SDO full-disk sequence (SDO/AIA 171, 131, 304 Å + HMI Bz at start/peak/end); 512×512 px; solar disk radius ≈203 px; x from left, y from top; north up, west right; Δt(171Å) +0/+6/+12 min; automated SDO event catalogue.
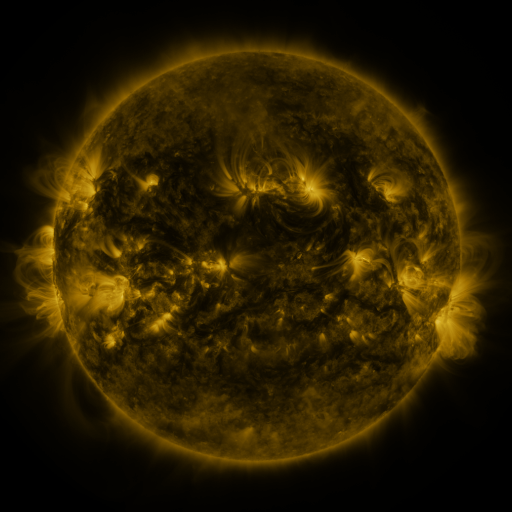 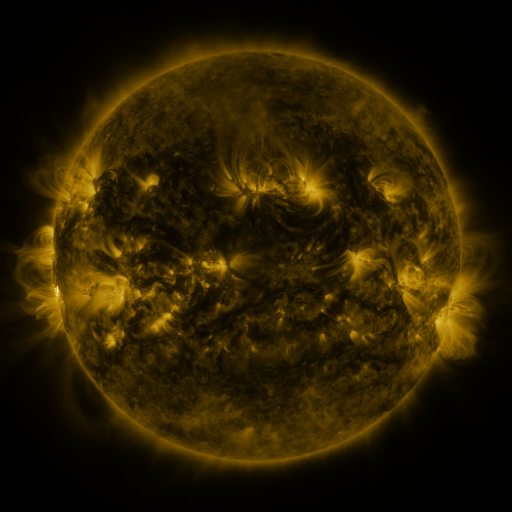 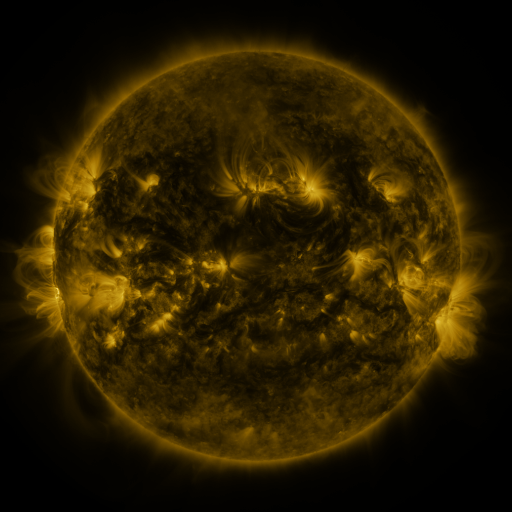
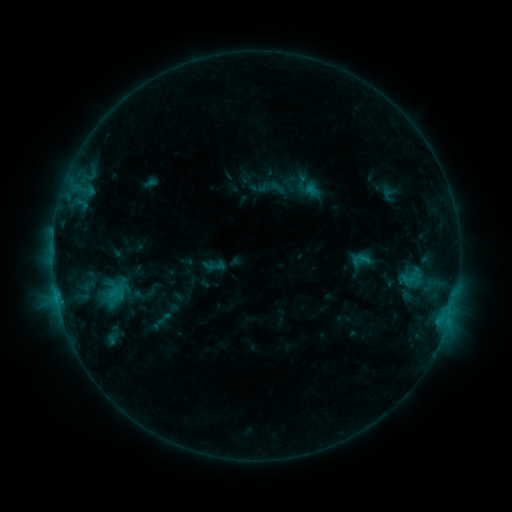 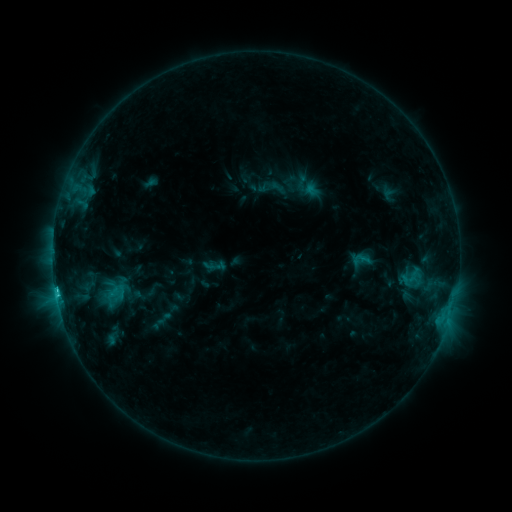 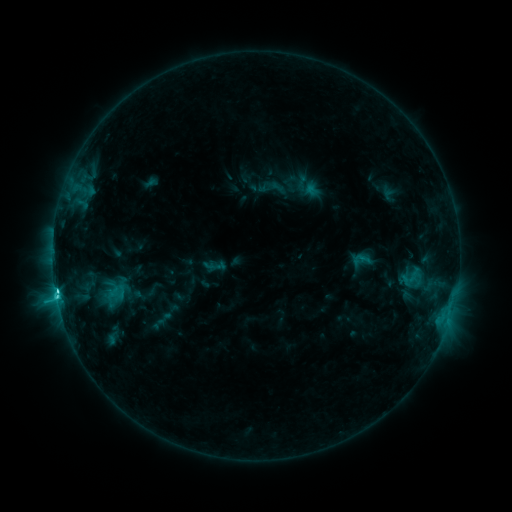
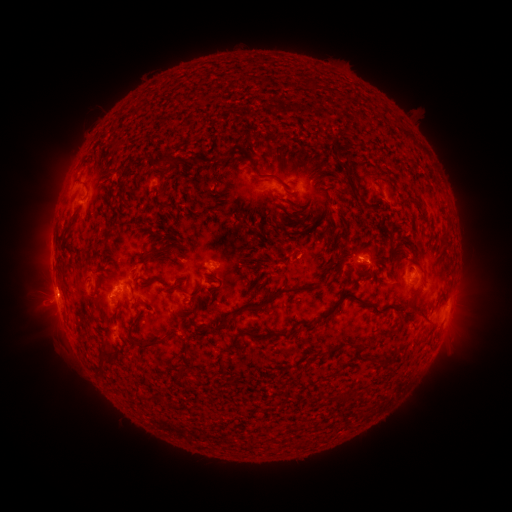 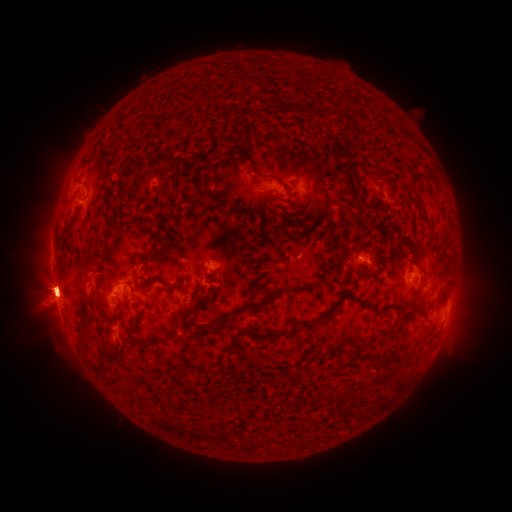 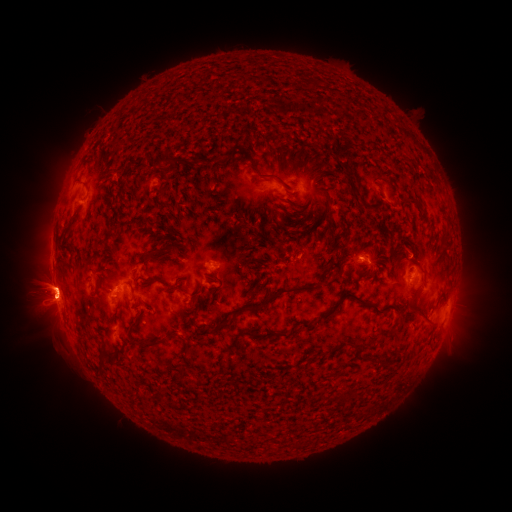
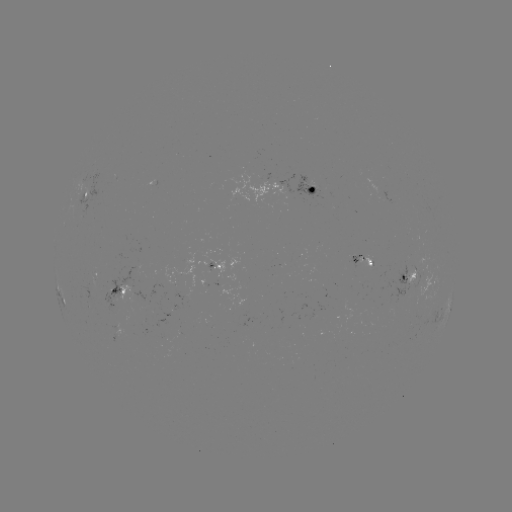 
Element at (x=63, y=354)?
eruption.